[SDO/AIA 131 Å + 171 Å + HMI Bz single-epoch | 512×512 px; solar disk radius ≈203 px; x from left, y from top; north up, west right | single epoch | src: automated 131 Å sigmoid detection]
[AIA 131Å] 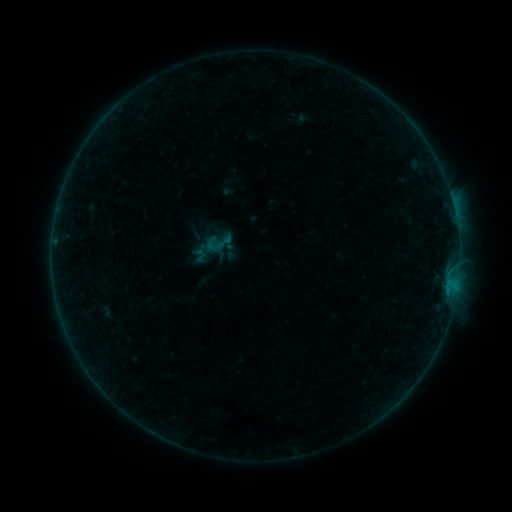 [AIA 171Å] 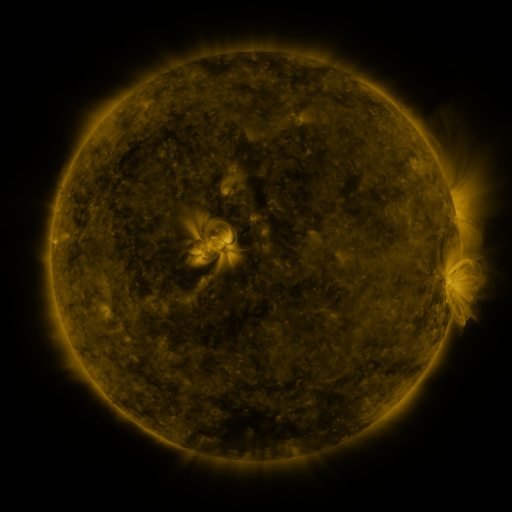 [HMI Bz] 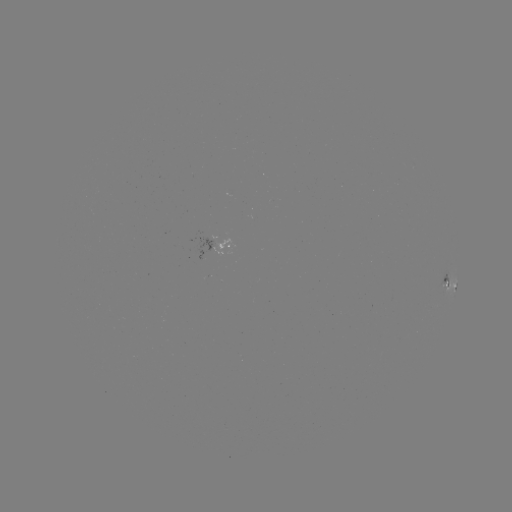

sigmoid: [205, 238, 221, 254]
